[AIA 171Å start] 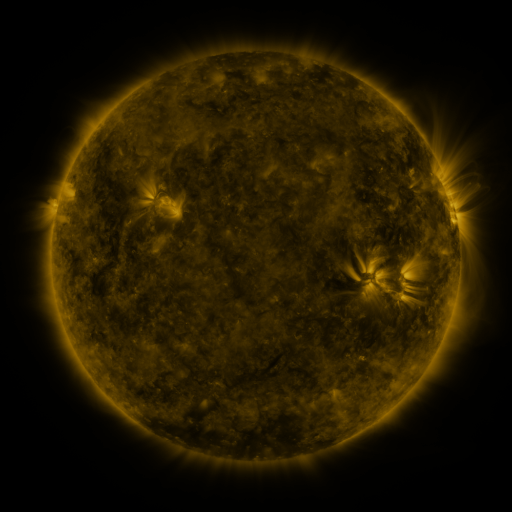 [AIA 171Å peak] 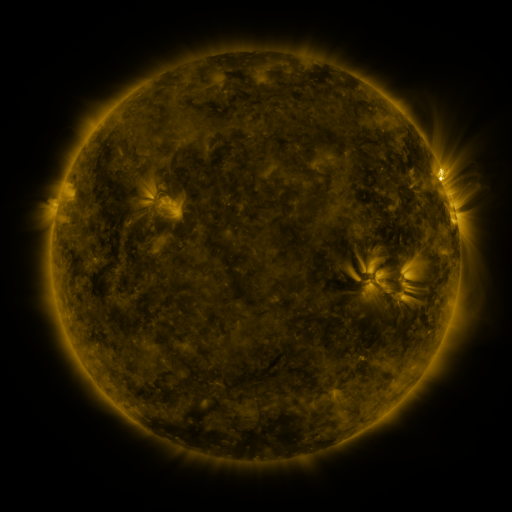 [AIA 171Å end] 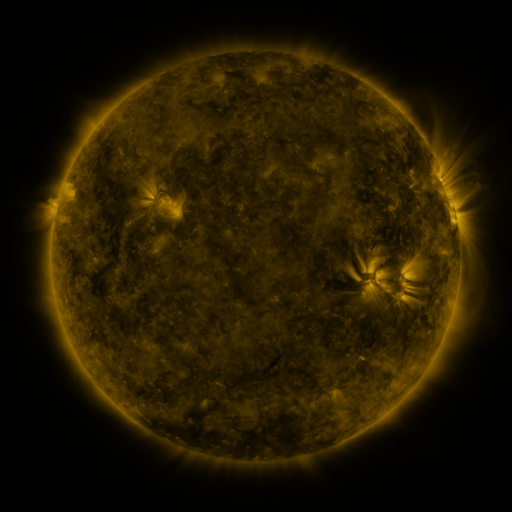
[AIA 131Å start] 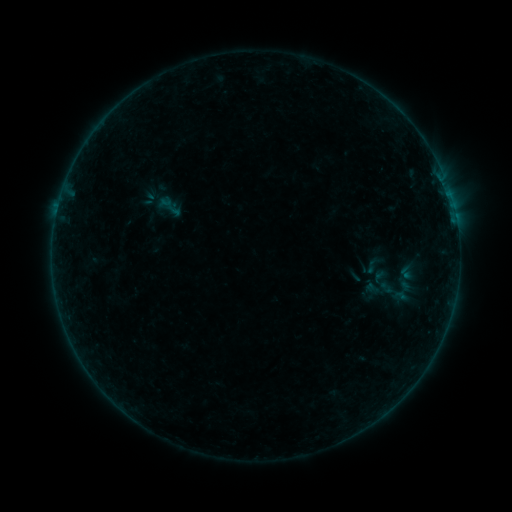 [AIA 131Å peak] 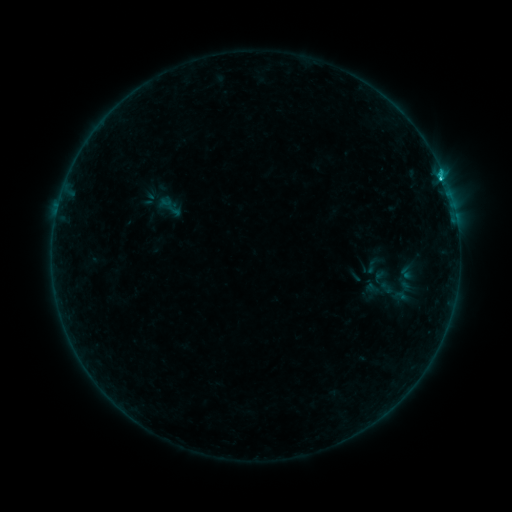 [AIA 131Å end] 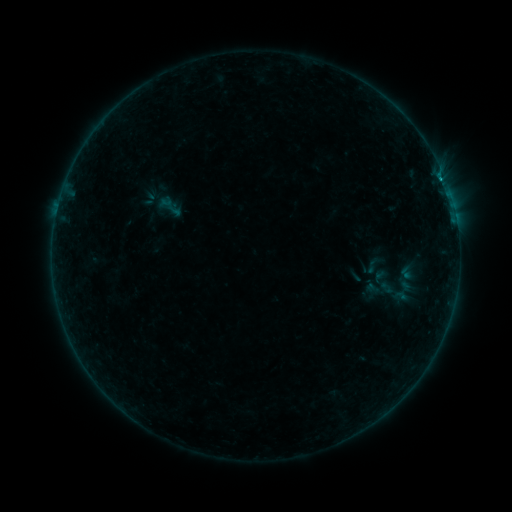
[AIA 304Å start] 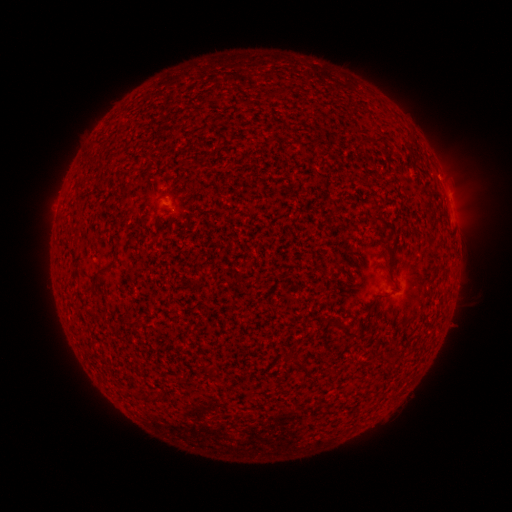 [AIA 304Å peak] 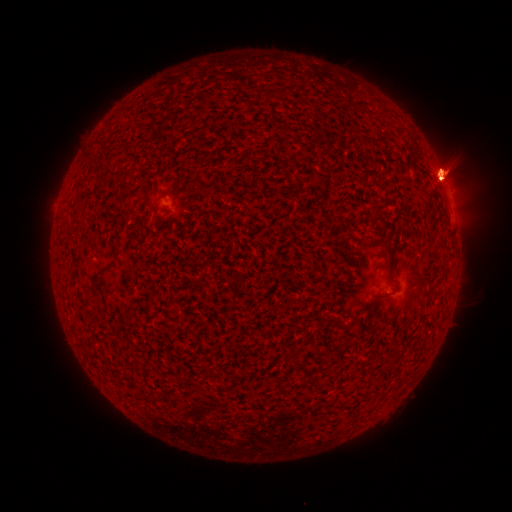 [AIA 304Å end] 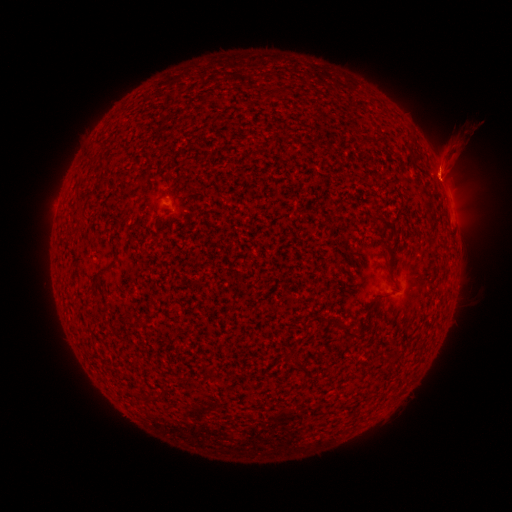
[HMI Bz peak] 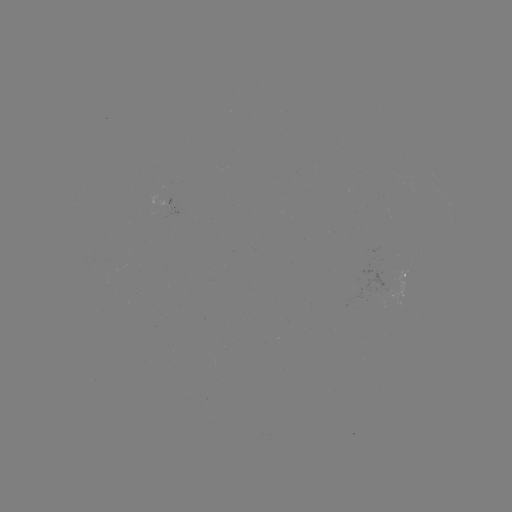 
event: eruption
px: (444, 113)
